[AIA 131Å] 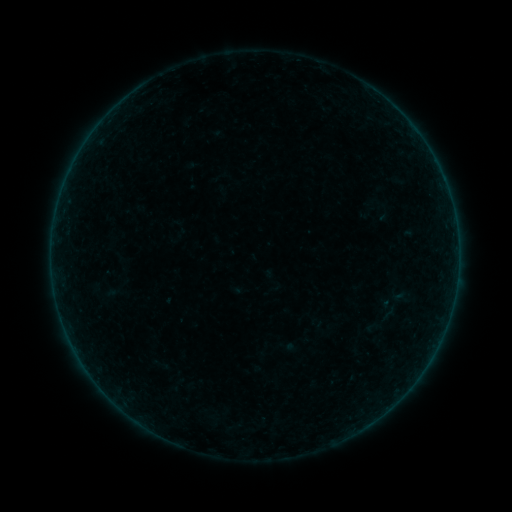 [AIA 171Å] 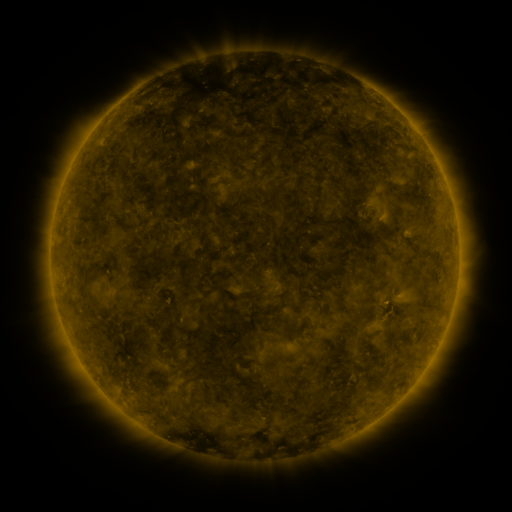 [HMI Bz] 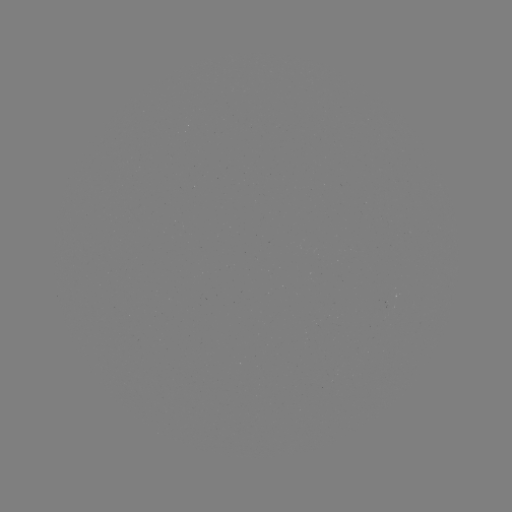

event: sigmoid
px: (389, 314)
